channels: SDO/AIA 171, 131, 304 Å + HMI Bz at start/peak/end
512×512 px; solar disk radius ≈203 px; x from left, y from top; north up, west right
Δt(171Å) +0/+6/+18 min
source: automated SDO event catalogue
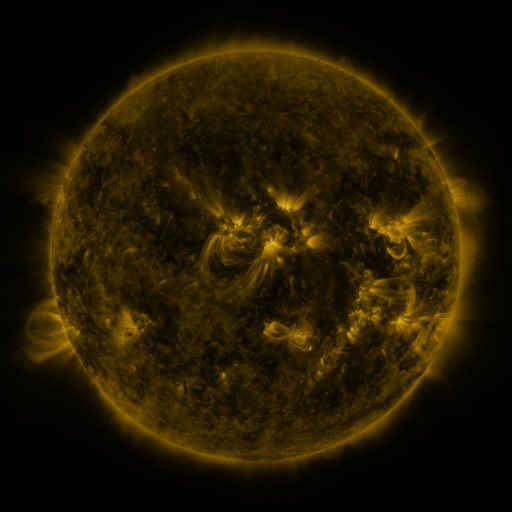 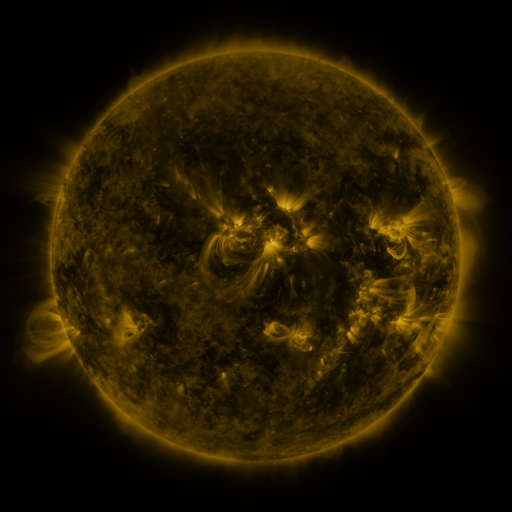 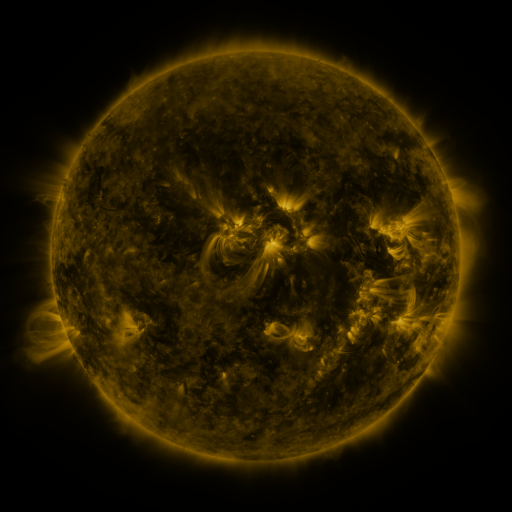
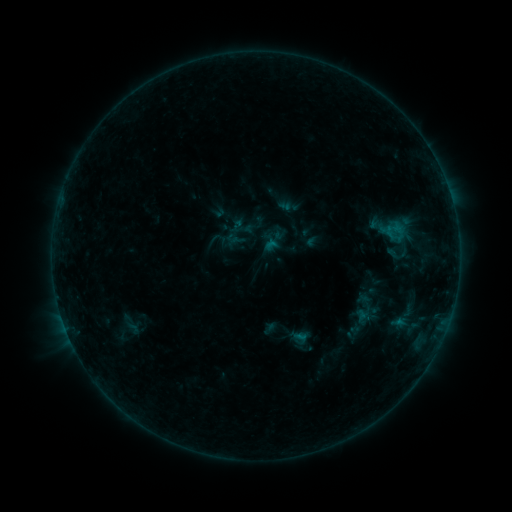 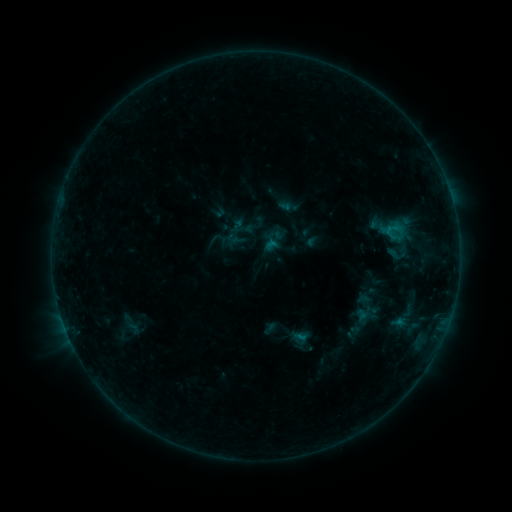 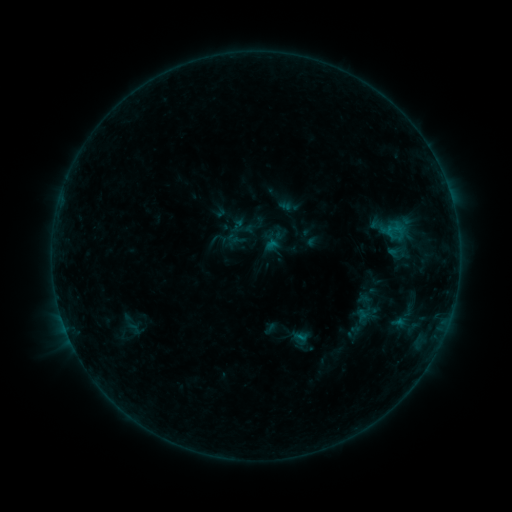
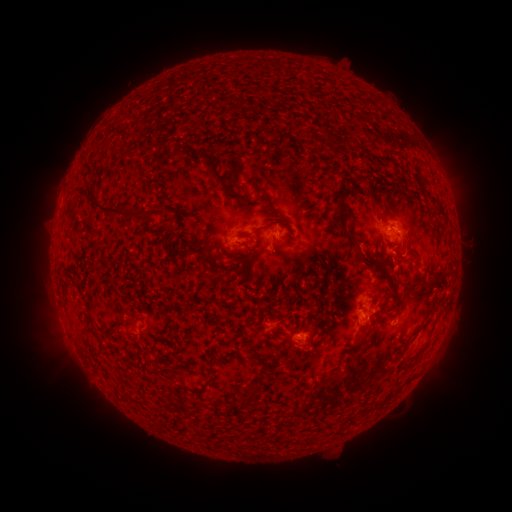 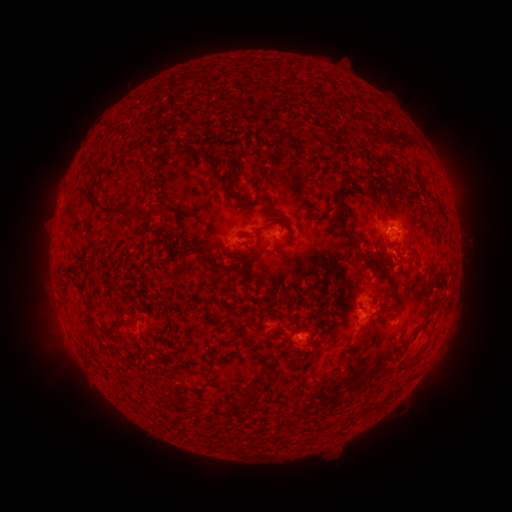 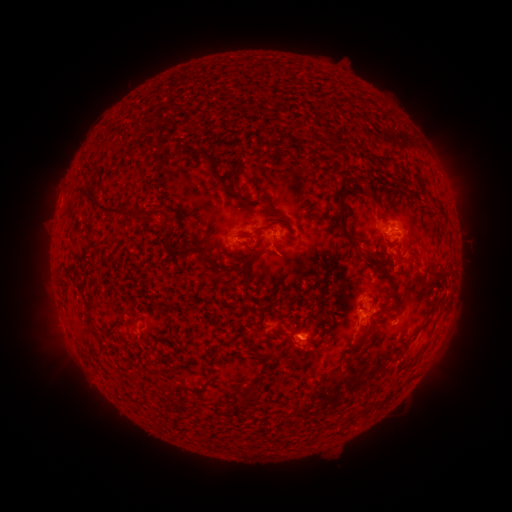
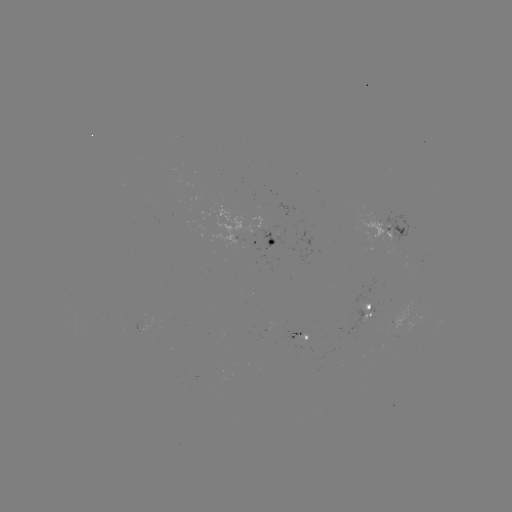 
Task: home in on B4.3 flare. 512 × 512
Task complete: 386,232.